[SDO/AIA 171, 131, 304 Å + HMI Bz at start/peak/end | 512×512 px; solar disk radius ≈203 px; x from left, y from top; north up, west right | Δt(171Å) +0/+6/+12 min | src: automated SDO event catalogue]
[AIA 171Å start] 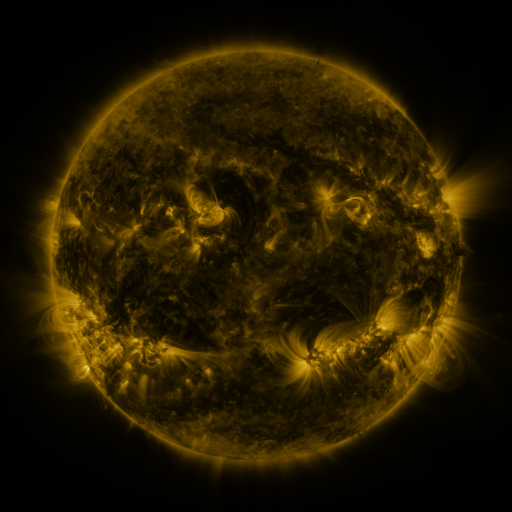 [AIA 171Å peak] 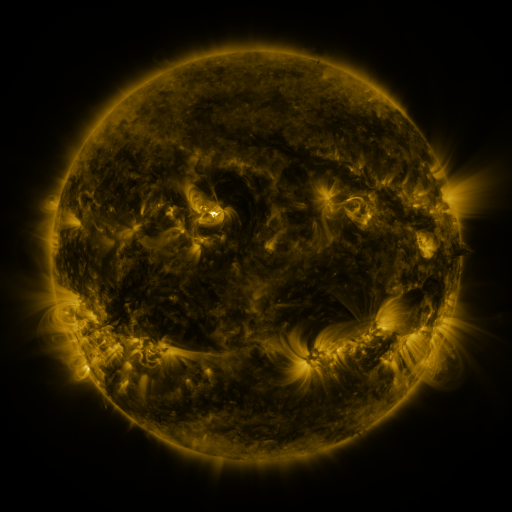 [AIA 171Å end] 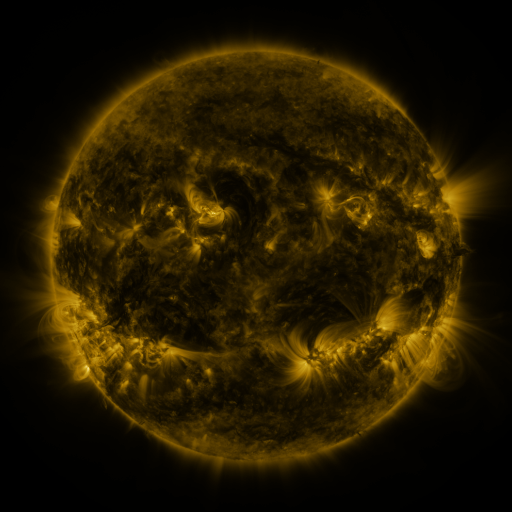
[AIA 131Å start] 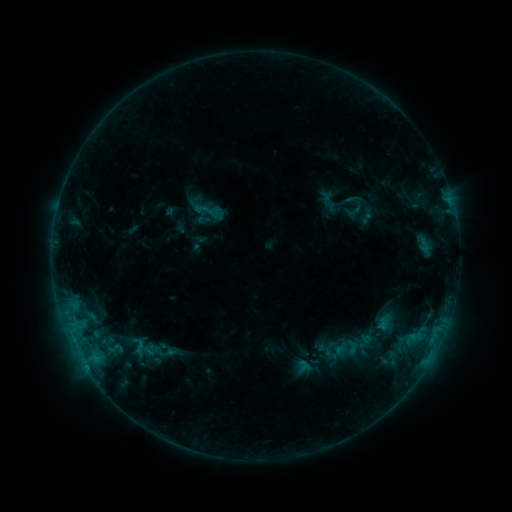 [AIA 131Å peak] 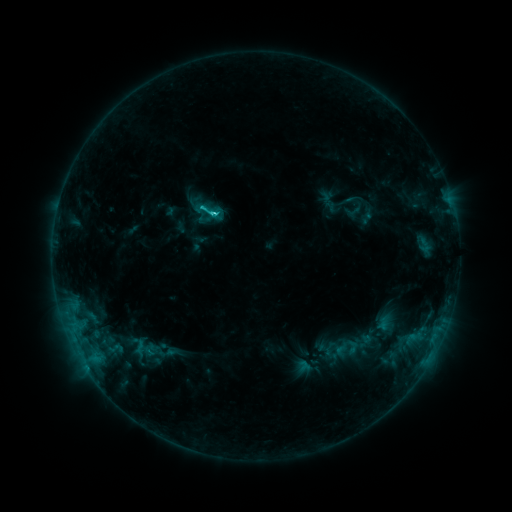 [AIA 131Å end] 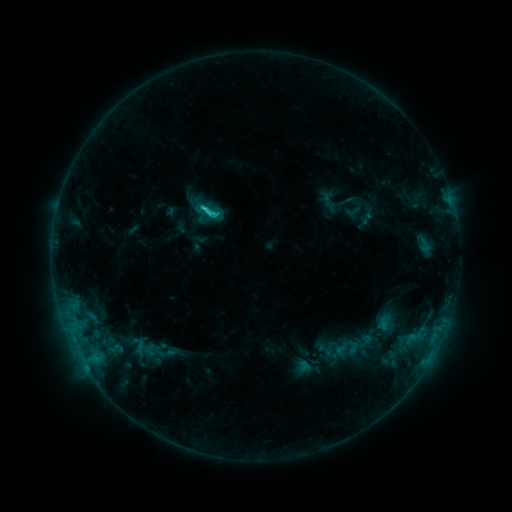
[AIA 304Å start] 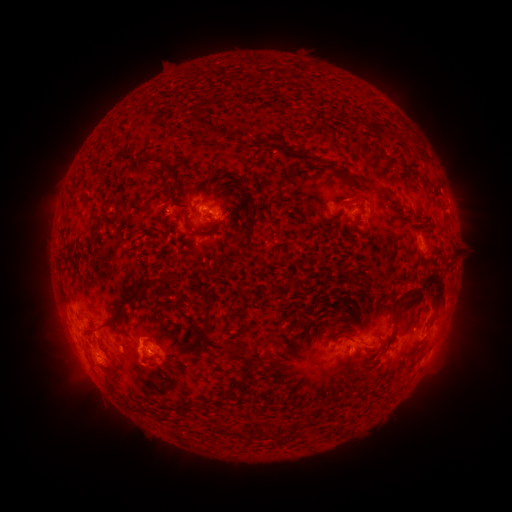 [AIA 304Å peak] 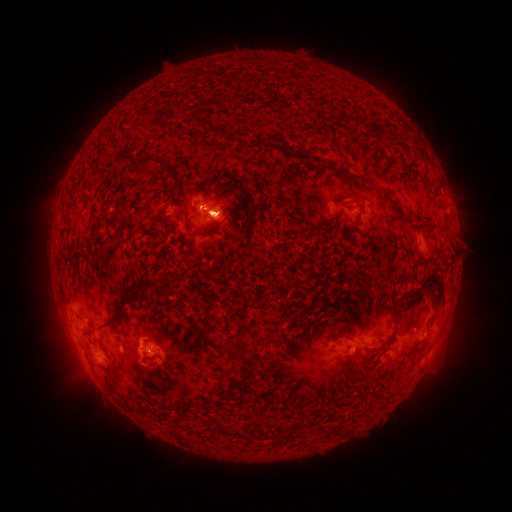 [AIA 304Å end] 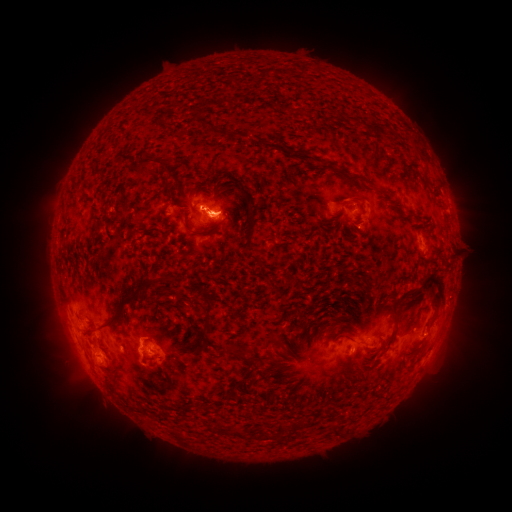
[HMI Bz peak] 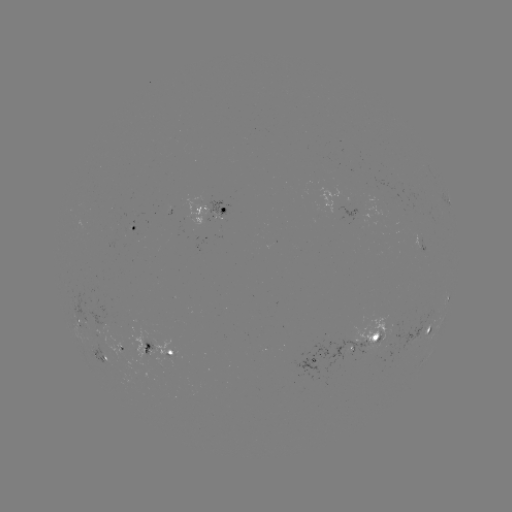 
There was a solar eruption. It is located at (457, 336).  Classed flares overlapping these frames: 1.